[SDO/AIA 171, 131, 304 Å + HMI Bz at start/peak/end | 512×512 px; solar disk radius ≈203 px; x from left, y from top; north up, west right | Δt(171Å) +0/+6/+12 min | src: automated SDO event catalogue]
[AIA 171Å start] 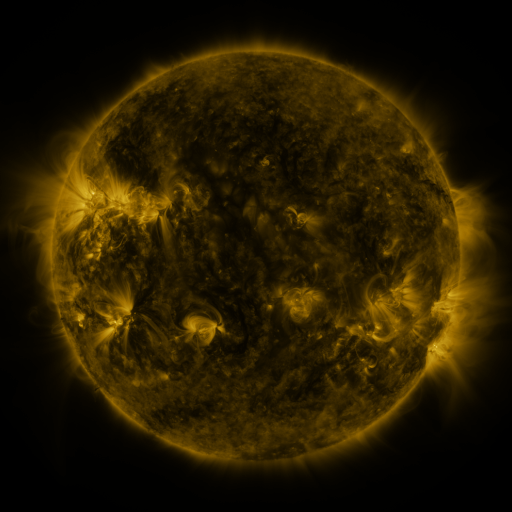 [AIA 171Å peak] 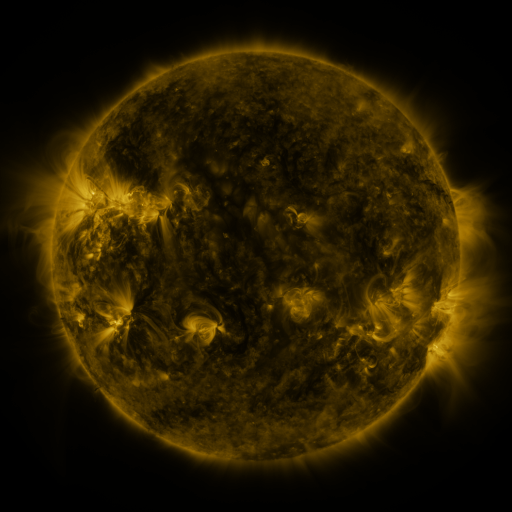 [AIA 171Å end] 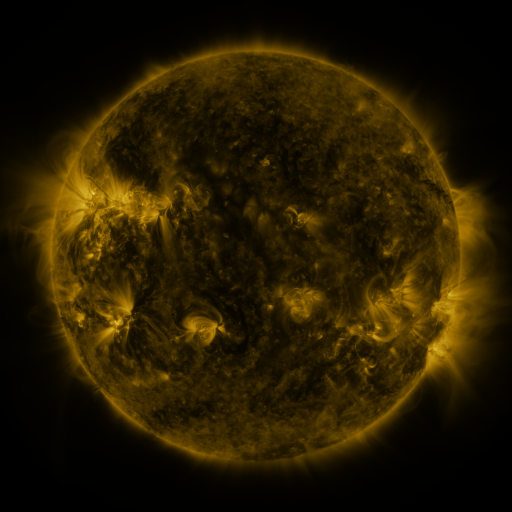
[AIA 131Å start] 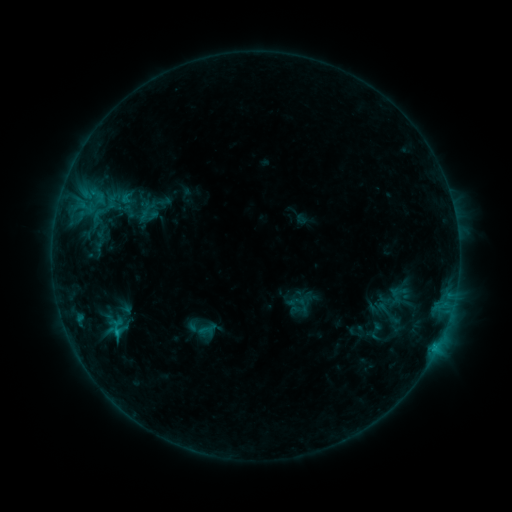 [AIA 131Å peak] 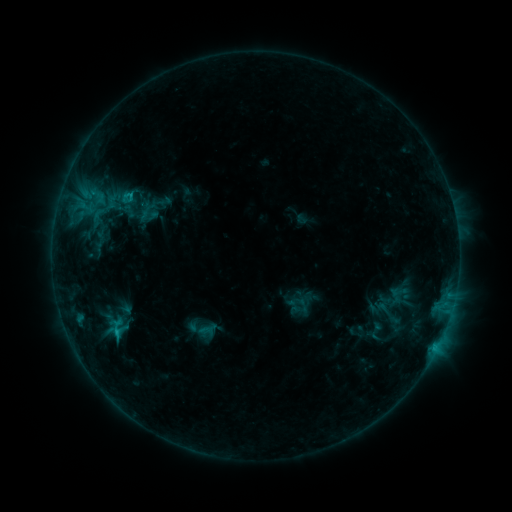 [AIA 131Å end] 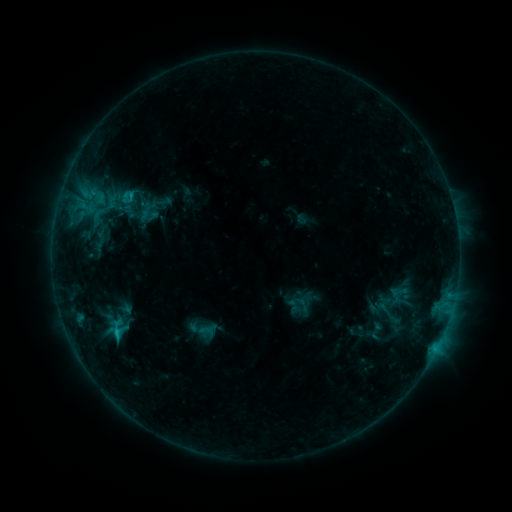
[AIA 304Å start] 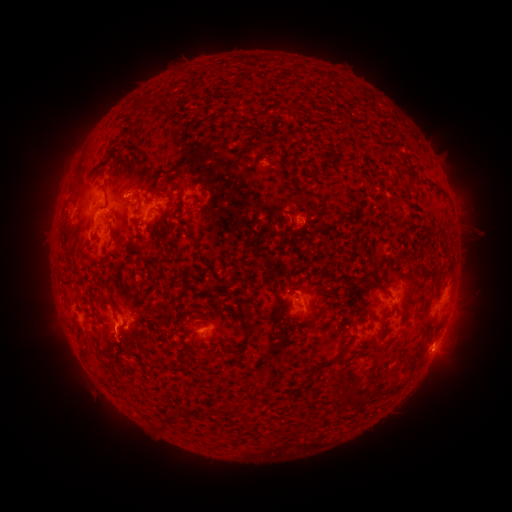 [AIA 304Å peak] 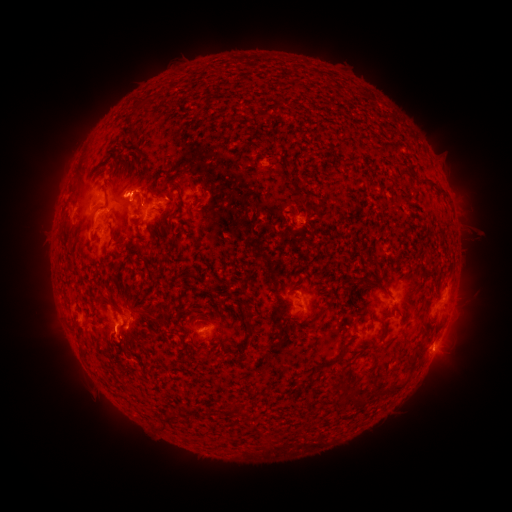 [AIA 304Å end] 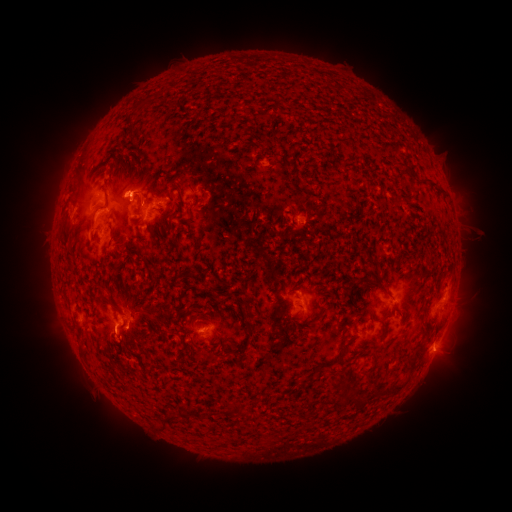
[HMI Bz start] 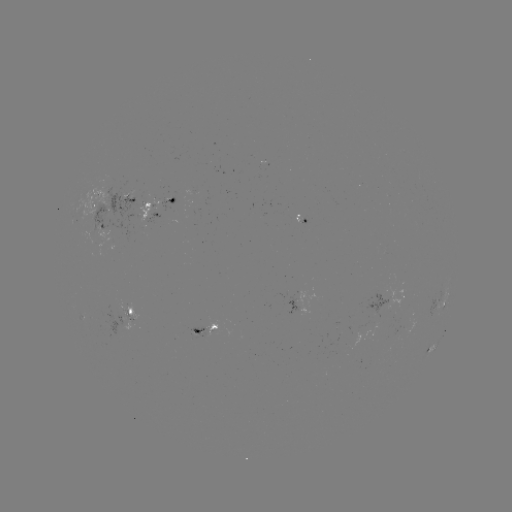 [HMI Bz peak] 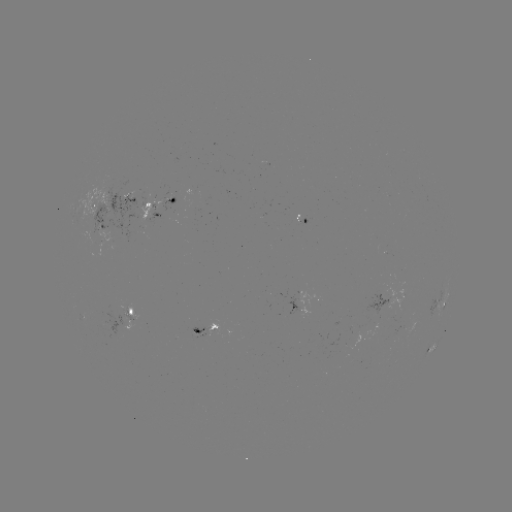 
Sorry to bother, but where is C1.6 flare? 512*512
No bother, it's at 130,198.